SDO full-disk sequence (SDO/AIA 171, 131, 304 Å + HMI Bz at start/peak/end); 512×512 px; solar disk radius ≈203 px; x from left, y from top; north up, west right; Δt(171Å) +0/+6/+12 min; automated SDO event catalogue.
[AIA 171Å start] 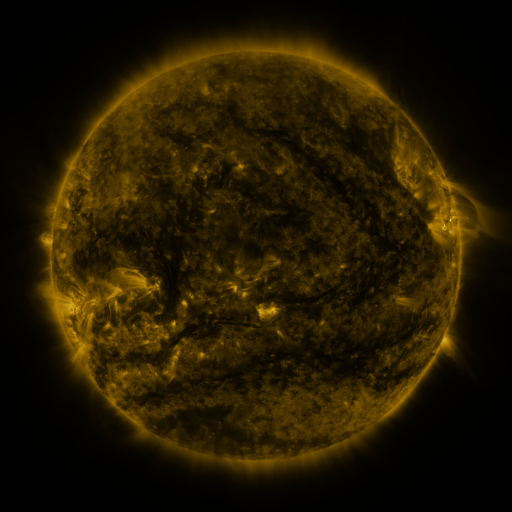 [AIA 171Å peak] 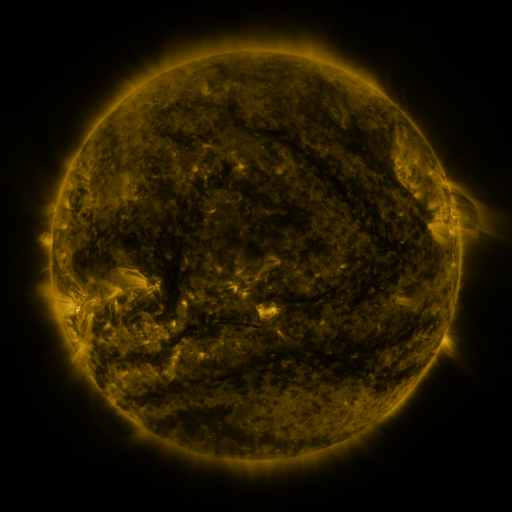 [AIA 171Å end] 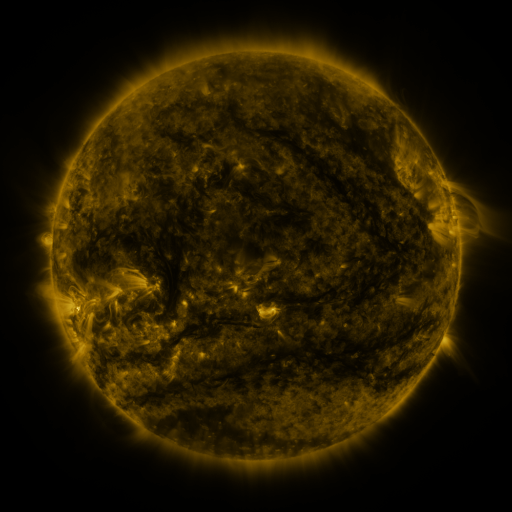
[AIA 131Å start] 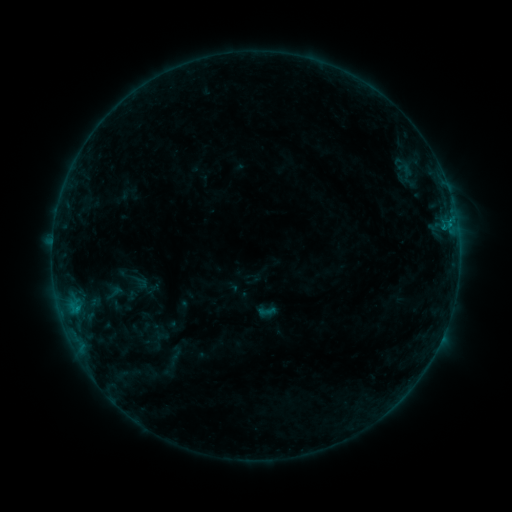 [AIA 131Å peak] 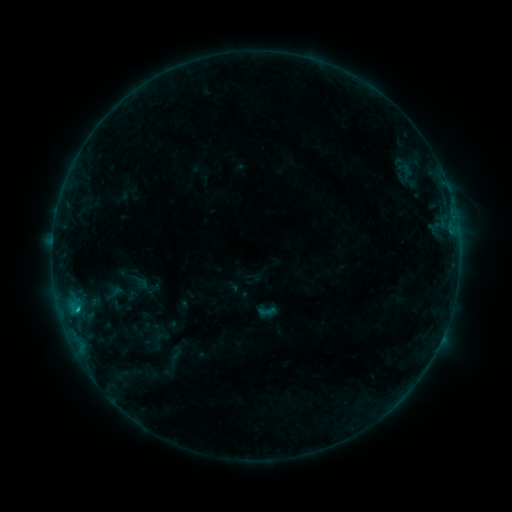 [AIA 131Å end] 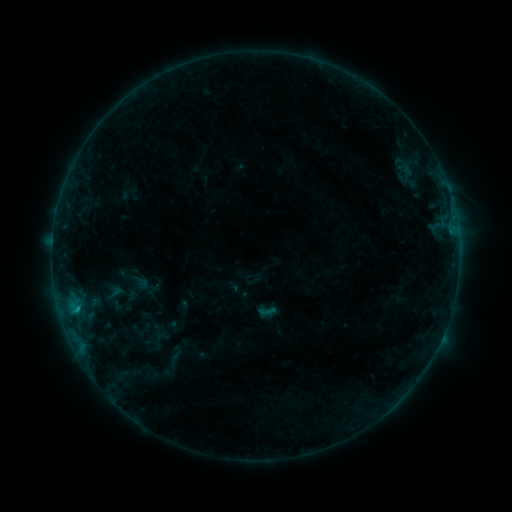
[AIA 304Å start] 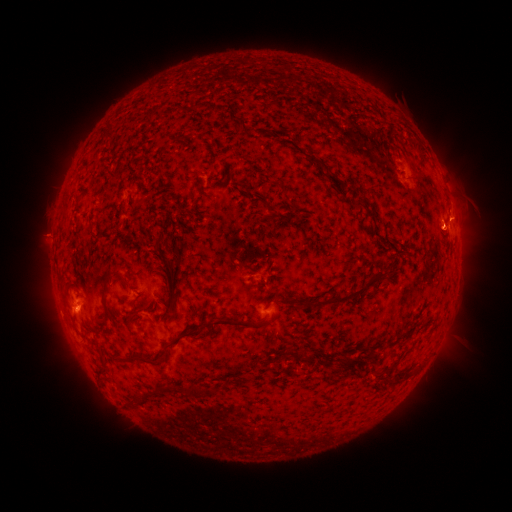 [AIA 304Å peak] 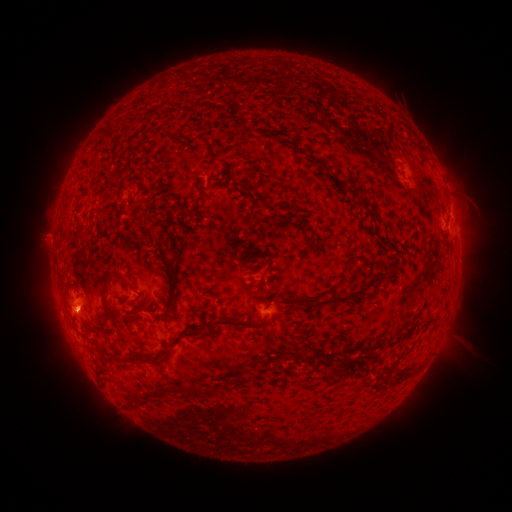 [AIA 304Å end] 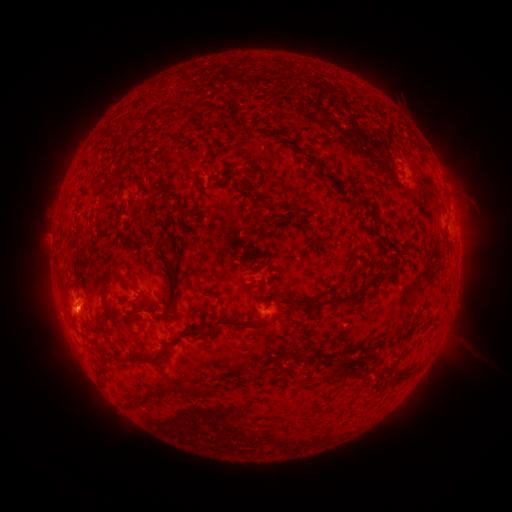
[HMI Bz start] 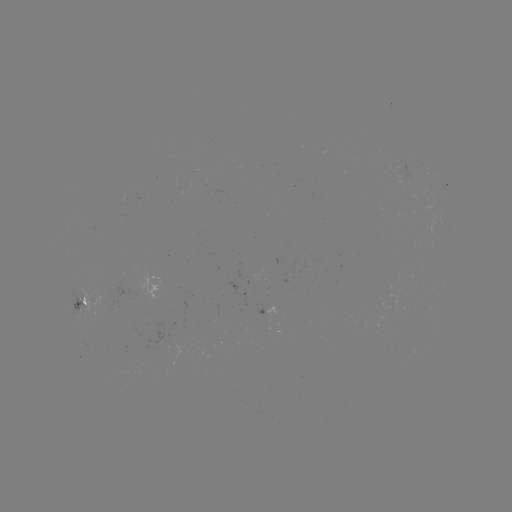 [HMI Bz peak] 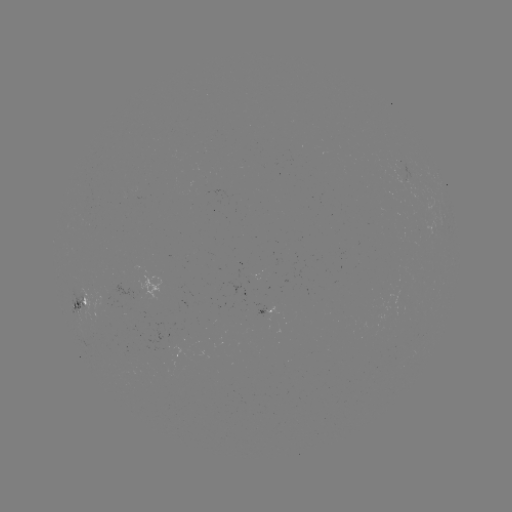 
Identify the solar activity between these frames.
B5.7 flare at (78, 306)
